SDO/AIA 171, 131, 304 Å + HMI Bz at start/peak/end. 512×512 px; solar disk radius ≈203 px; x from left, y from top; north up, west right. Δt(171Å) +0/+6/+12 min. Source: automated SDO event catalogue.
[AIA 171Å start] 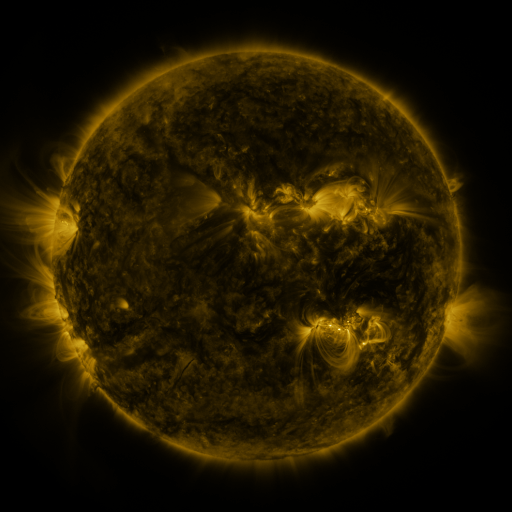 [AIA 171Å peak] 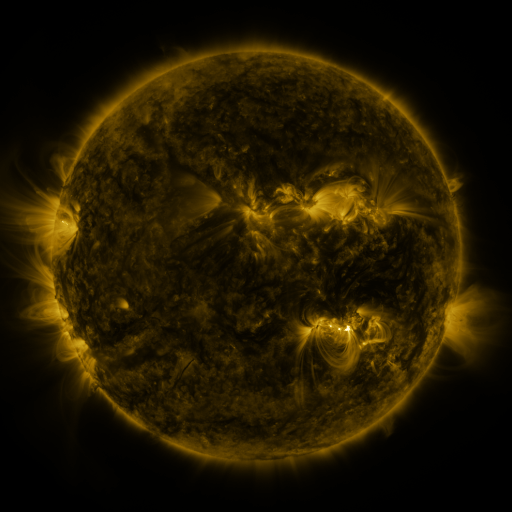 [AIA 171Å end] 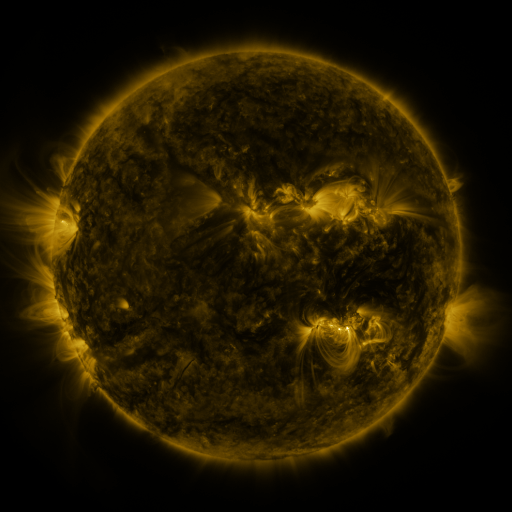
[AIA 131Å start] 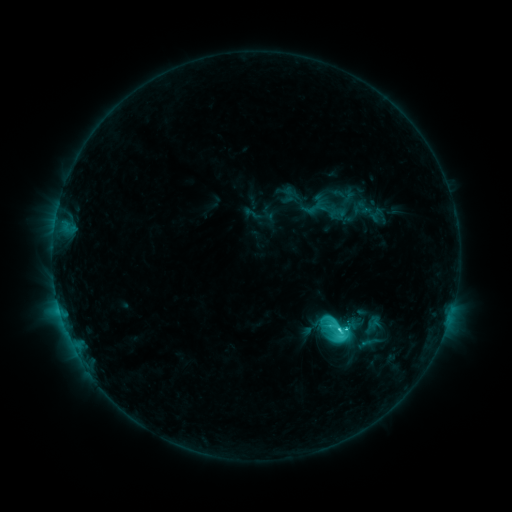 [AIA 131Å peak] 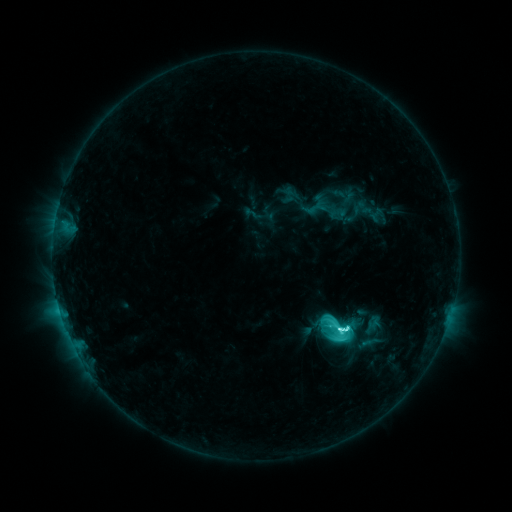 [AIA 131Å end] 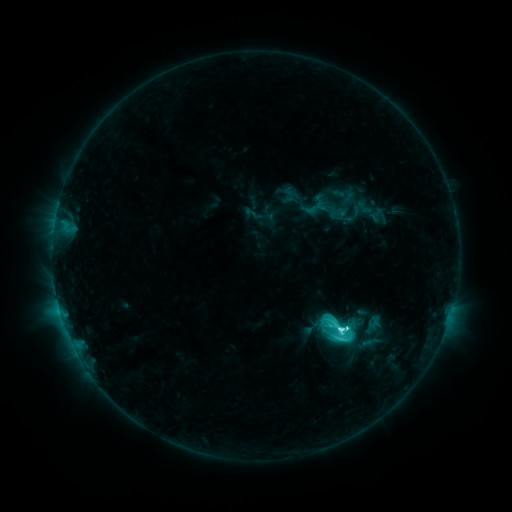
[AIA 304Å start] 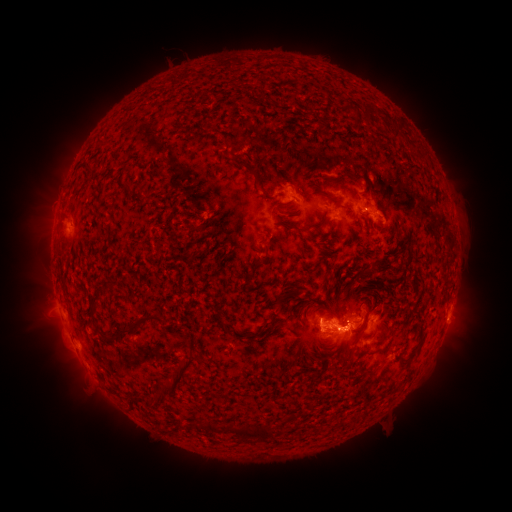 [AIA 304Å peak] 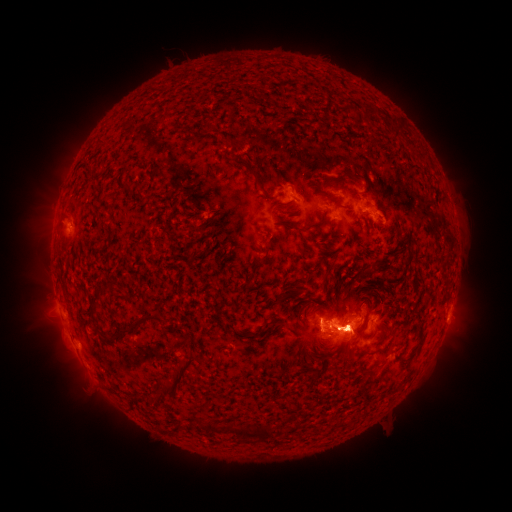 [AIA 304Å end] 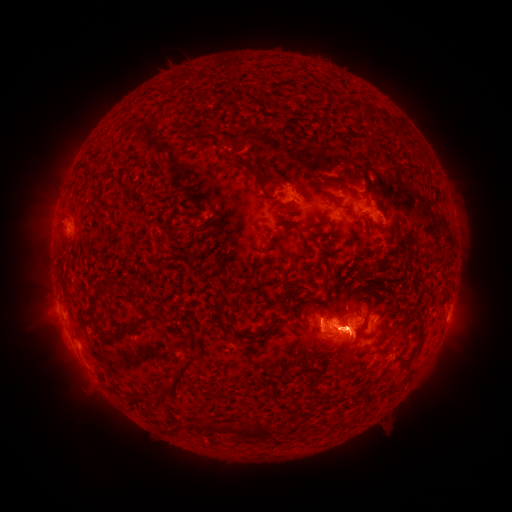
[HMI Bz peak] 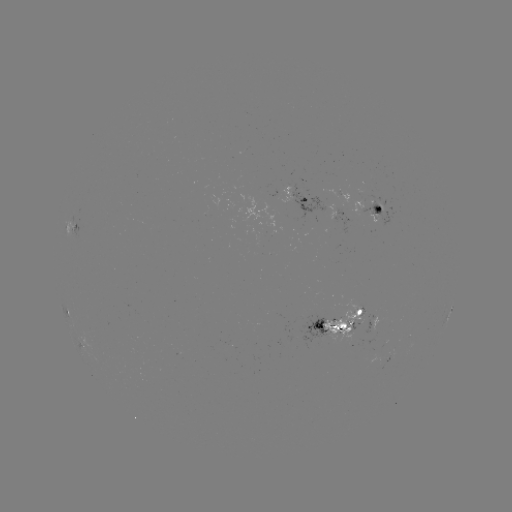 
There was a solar eruption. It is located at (55, 338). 